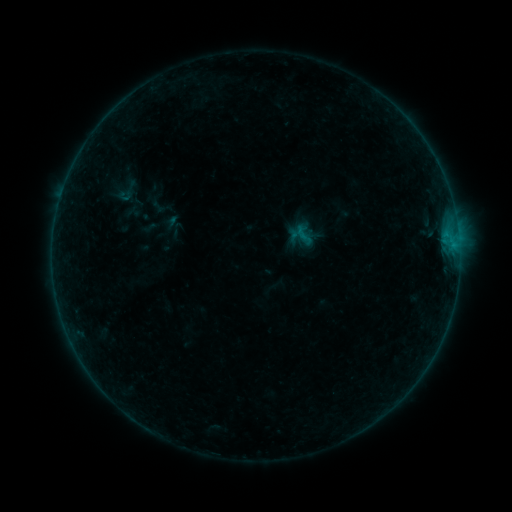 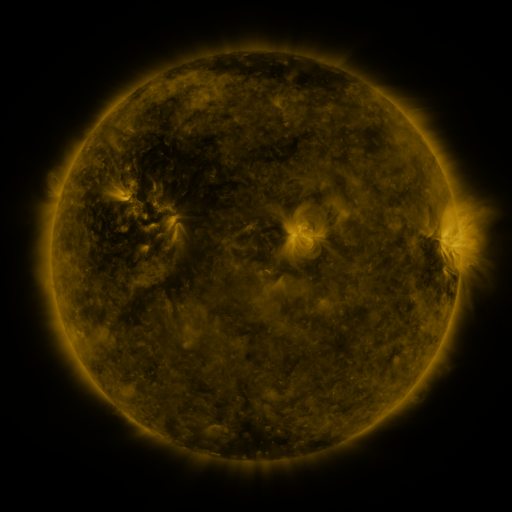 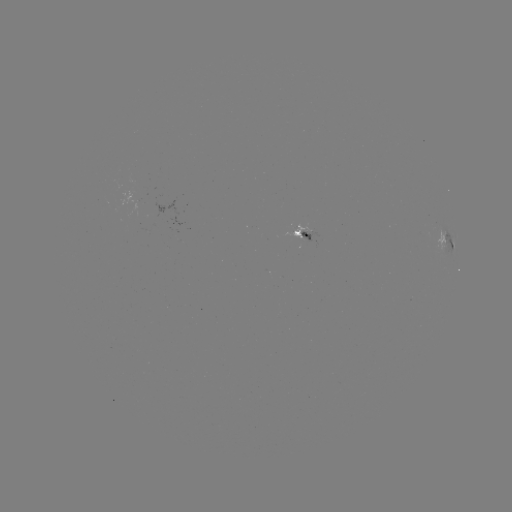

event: sigmoid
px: (304, 236)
